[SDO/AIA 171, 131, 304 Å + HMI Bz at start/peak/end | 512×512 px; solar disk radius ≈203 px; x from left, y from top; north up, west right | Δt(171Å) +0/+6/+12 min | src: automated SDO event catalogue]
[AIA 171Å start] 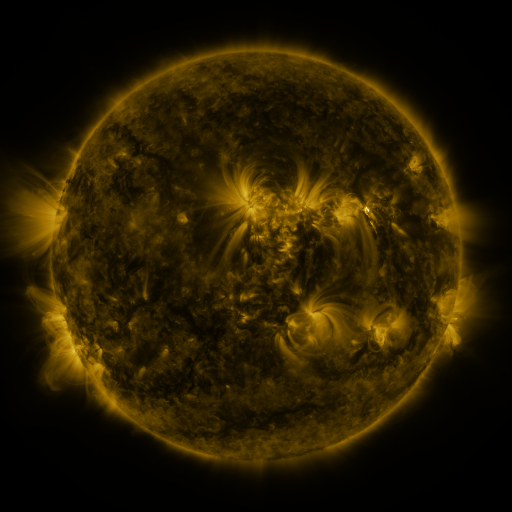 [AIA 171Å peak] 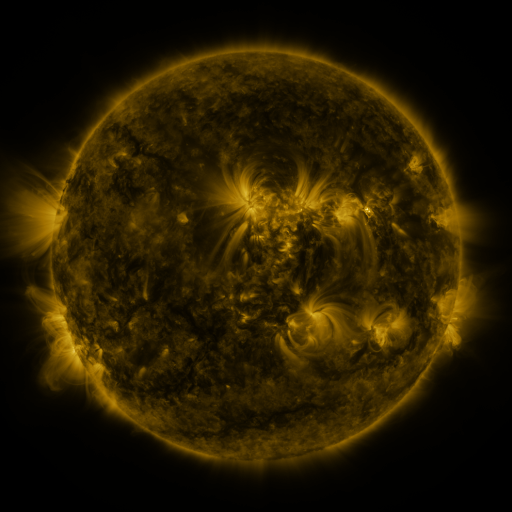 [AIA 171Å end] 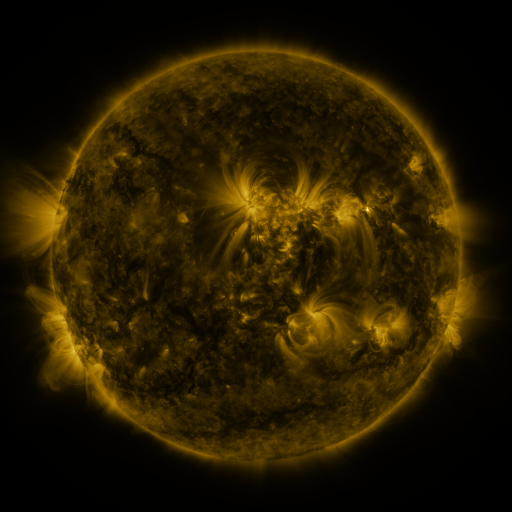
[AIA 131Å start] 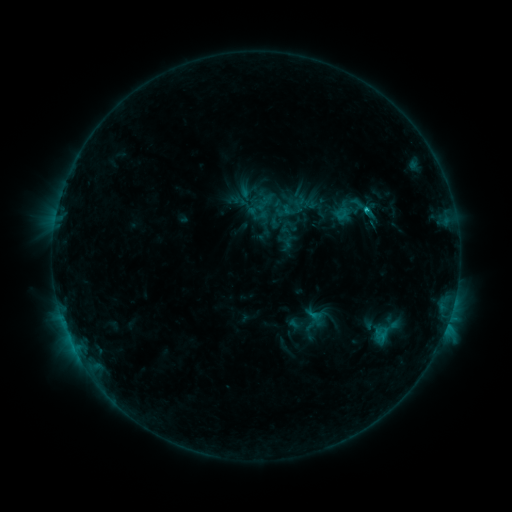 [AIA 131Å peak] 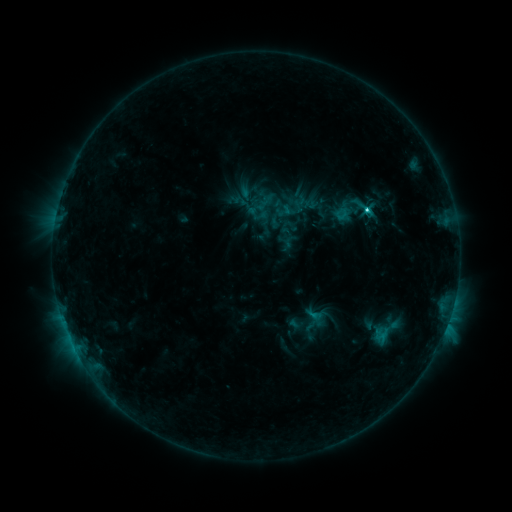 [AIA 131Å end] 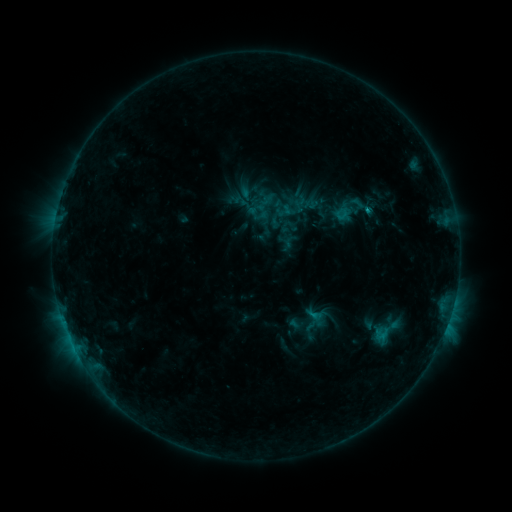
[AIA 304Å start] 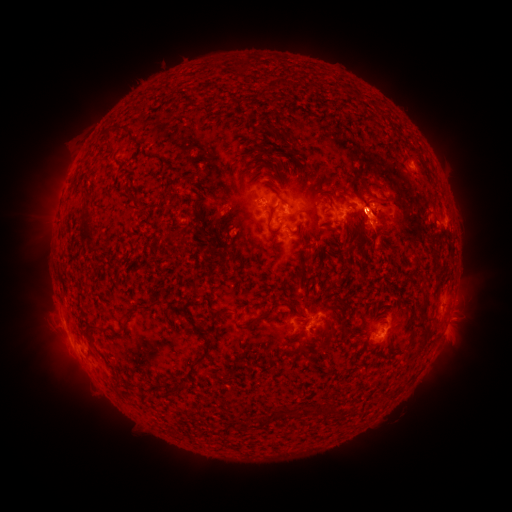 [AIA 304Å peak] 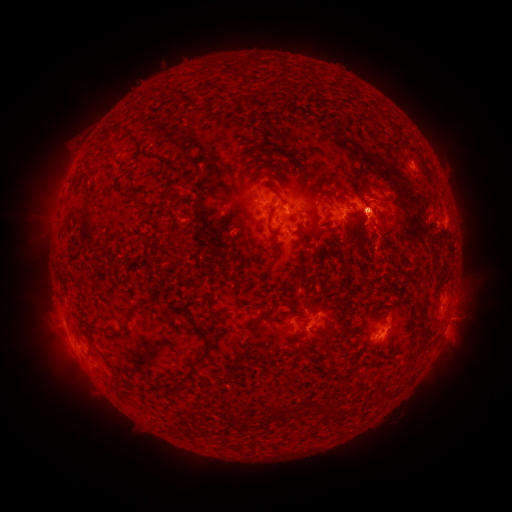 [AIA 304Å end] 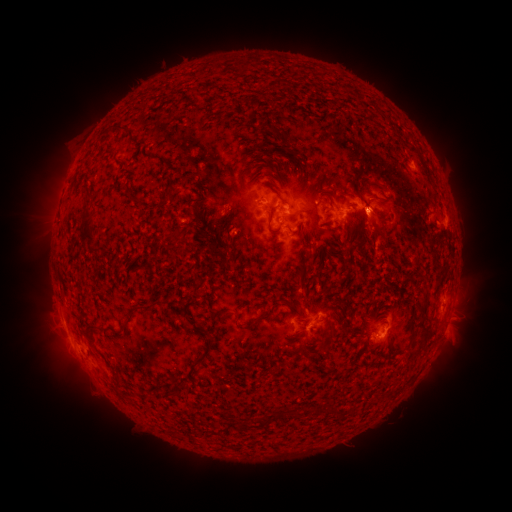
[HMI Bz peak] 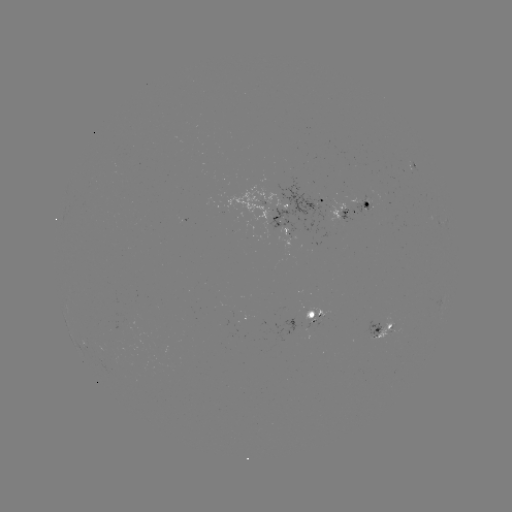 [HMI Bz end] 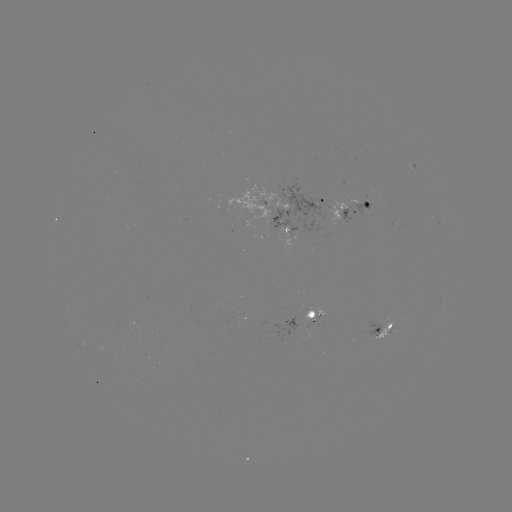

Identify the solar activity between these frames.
C1.8 flare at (367, 210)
